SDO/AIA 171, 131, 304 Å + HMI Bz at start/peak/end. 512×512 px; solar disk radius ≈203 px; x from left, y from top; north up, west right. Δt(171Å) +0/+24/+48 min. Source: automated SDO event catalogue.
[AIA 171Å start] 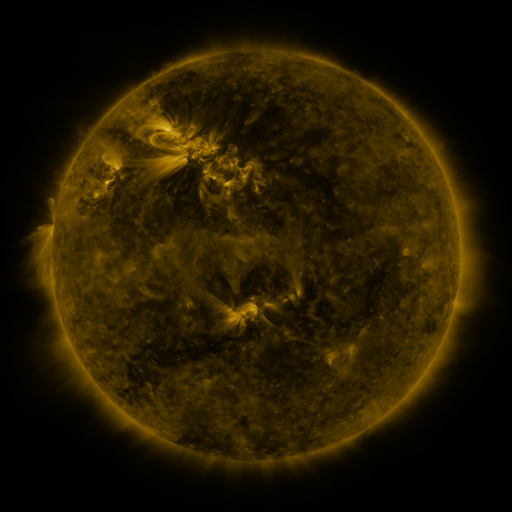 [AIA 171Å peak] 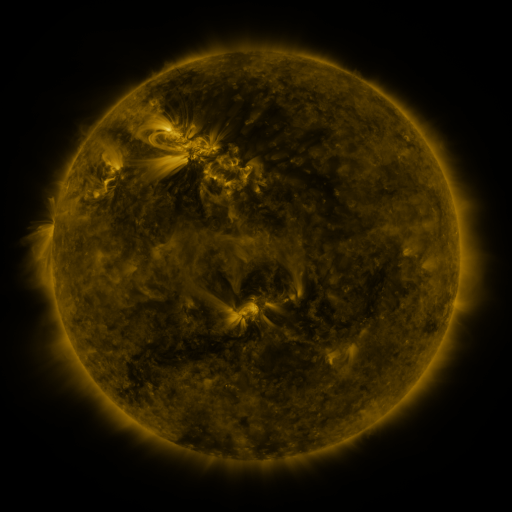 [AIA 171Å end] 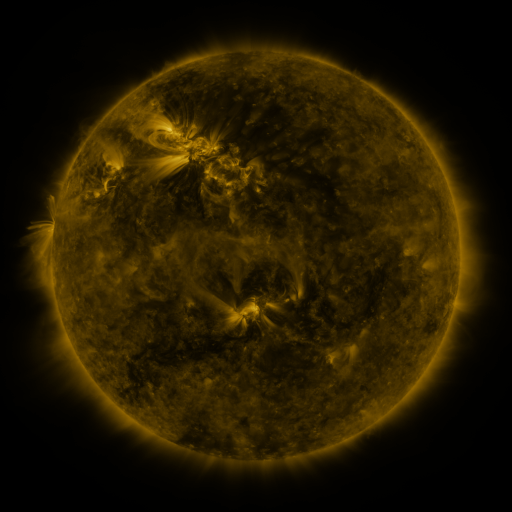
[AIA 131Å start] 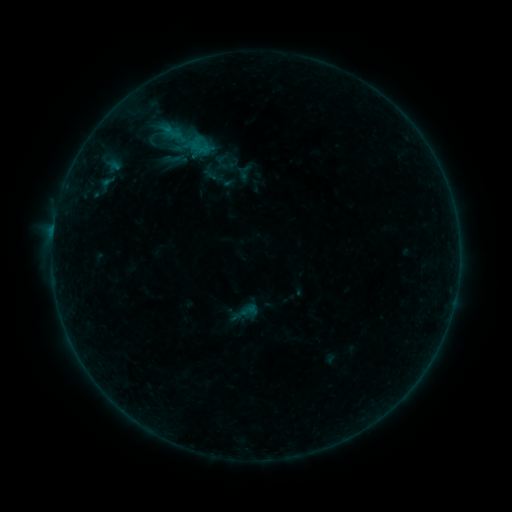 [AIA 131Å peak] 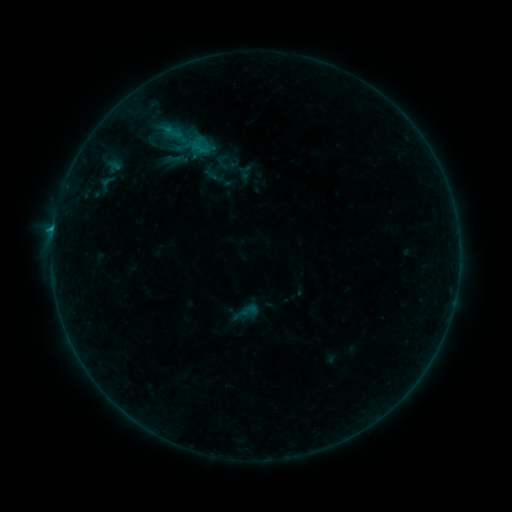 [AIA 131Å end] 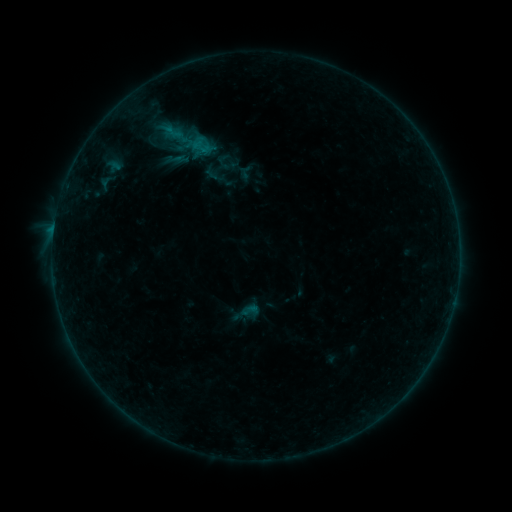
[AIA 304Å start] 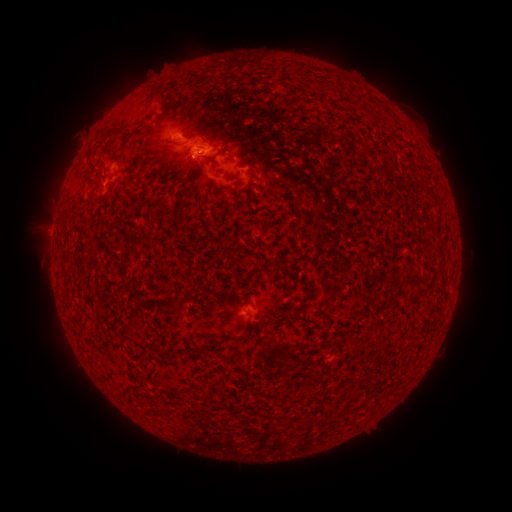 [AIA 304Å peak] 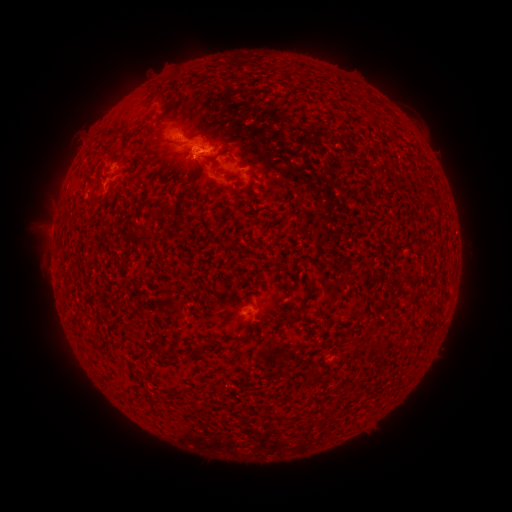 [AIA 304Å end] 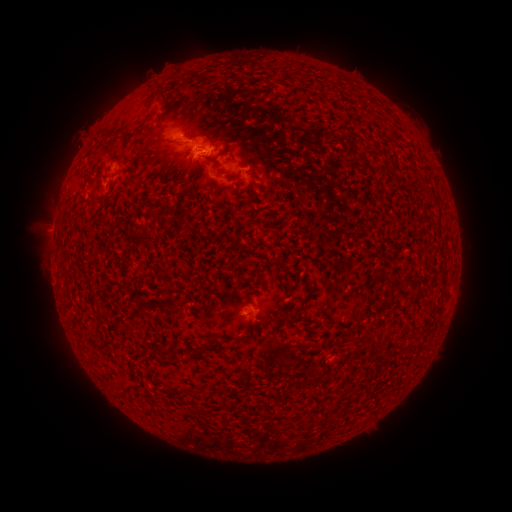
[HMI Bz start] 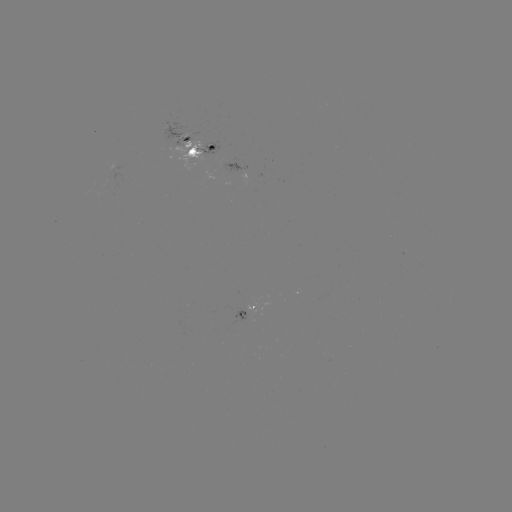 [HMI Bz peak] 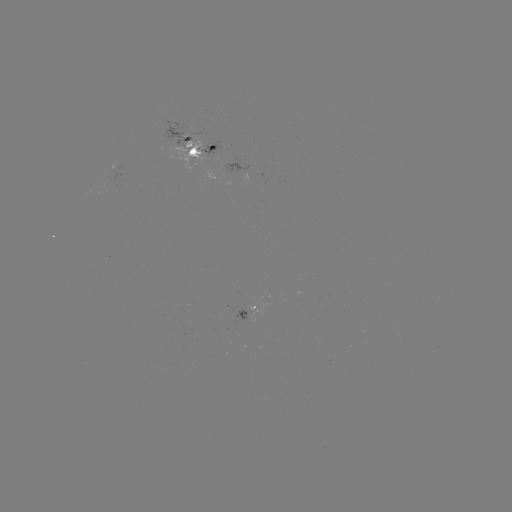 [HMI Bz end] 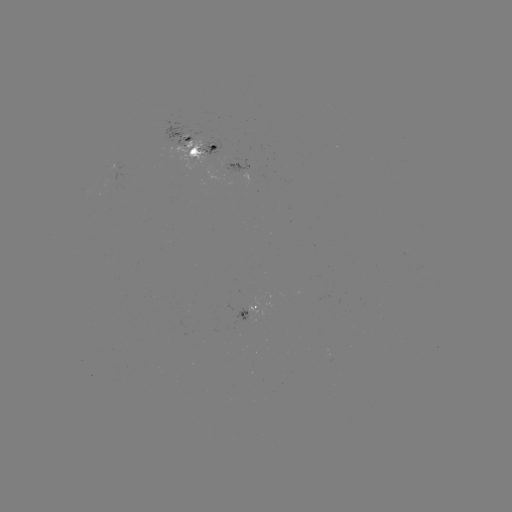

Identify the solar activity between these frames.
emerging-flux region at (227, 165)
